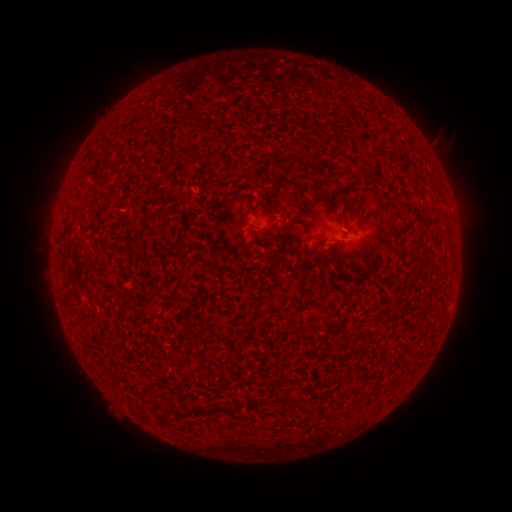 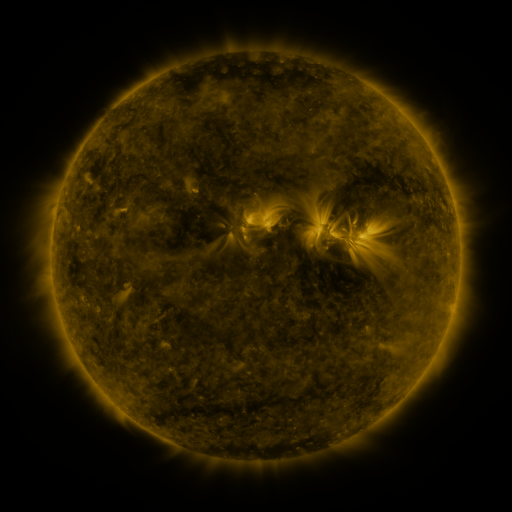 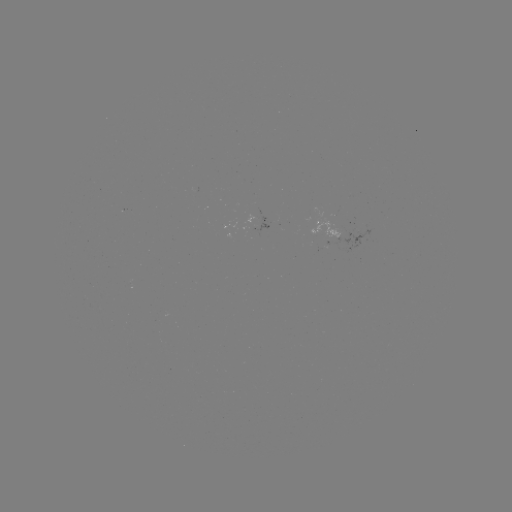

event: spotted active region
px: (331, 232)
